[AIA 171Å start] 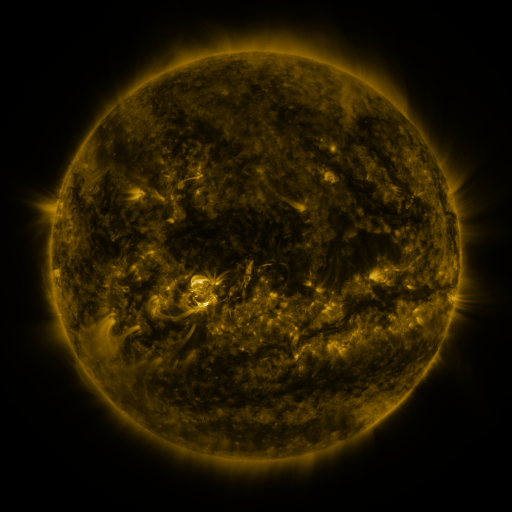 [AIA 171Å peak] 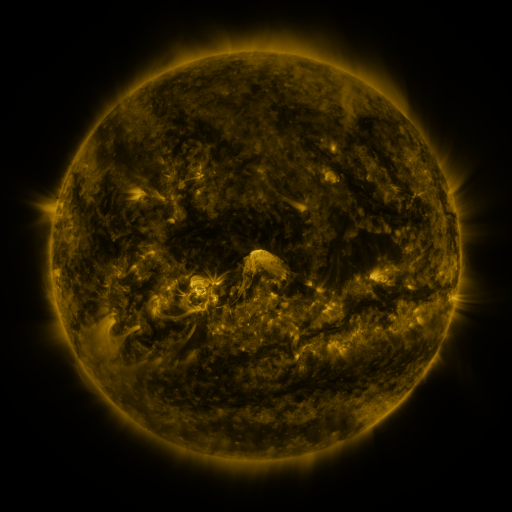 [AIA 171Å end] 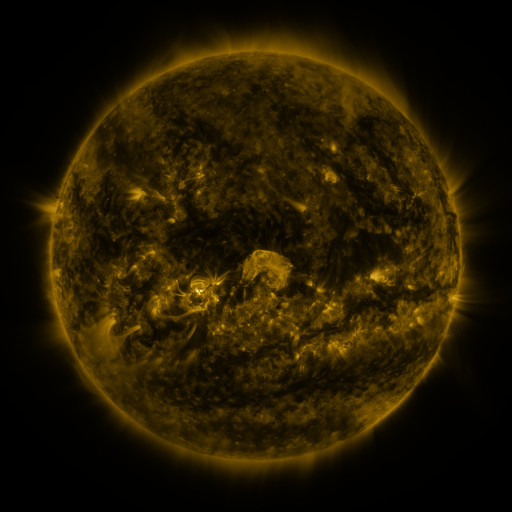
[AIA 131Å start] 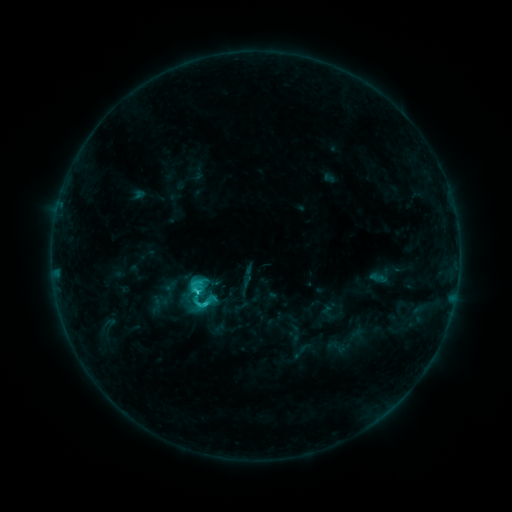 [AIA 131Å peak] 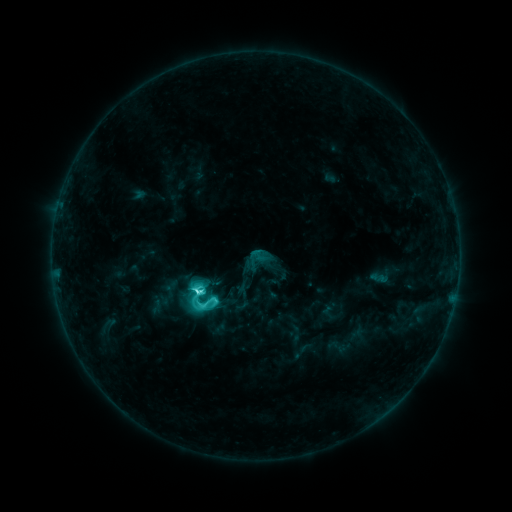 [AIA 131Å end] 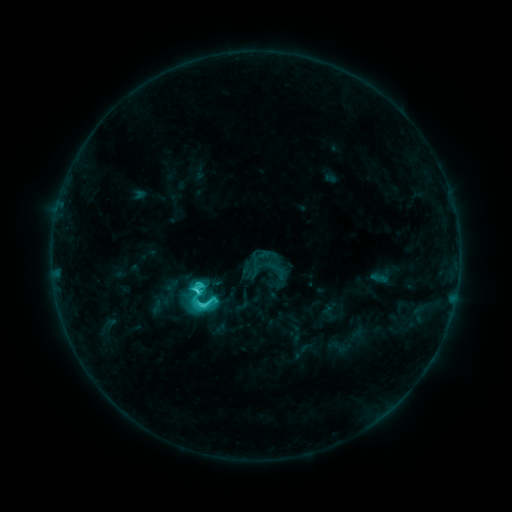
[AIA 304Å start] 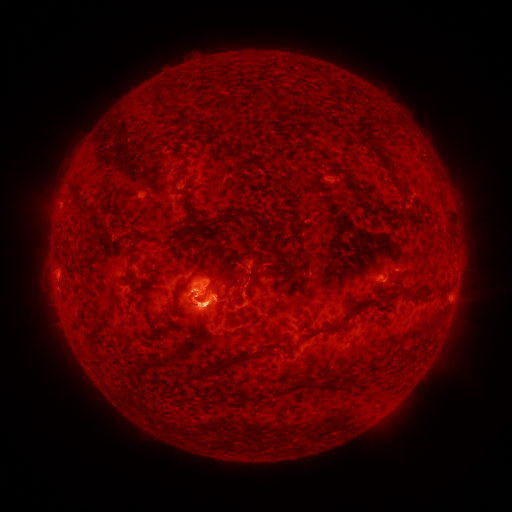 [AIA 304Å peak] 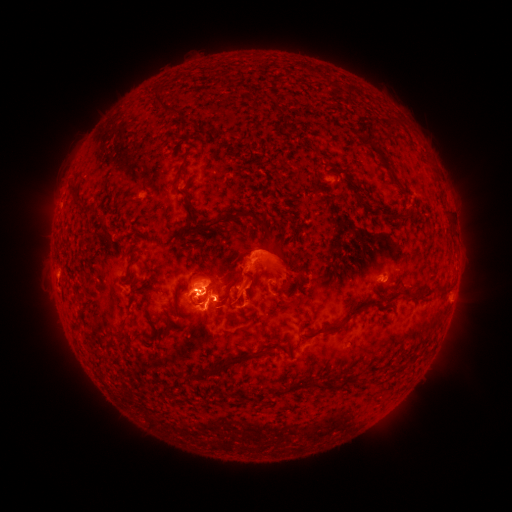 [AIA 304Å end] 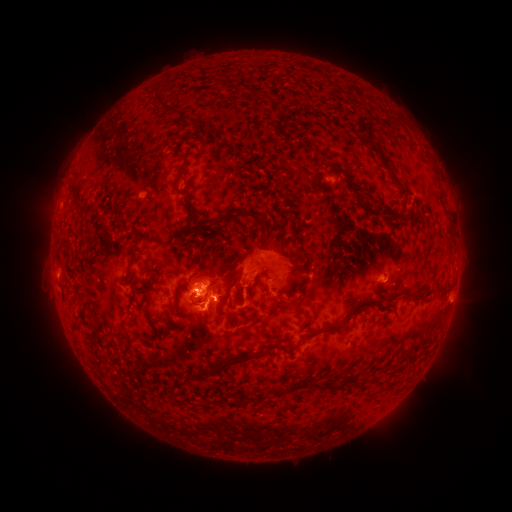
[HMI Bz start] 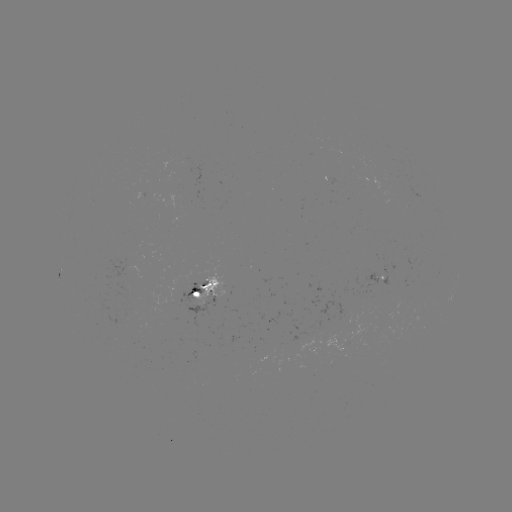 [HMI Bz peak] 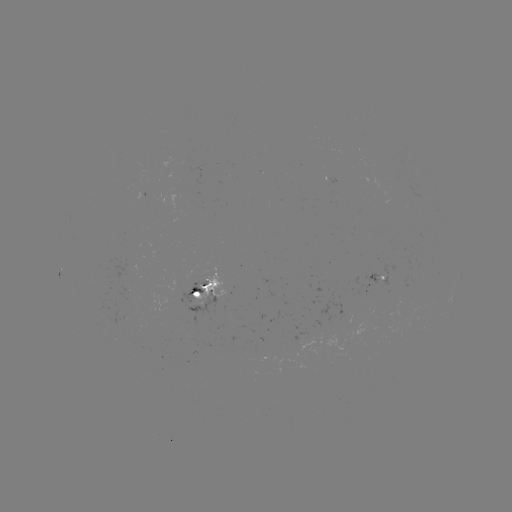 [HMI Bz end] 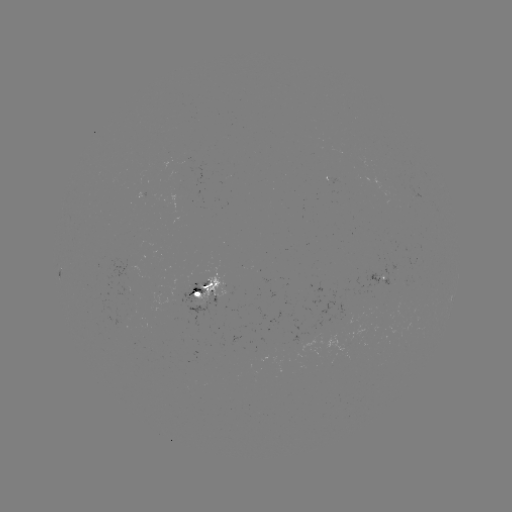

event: eruption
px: (330, 274)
